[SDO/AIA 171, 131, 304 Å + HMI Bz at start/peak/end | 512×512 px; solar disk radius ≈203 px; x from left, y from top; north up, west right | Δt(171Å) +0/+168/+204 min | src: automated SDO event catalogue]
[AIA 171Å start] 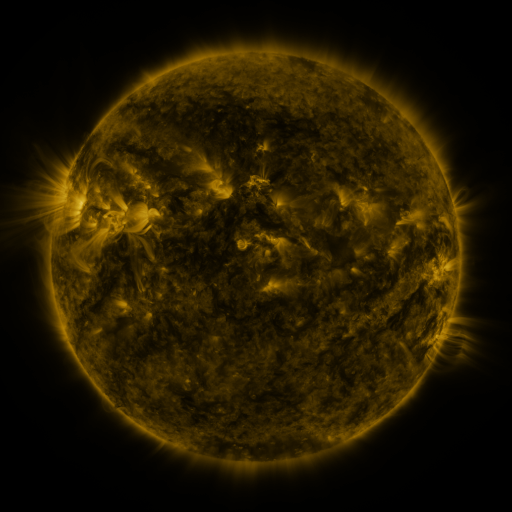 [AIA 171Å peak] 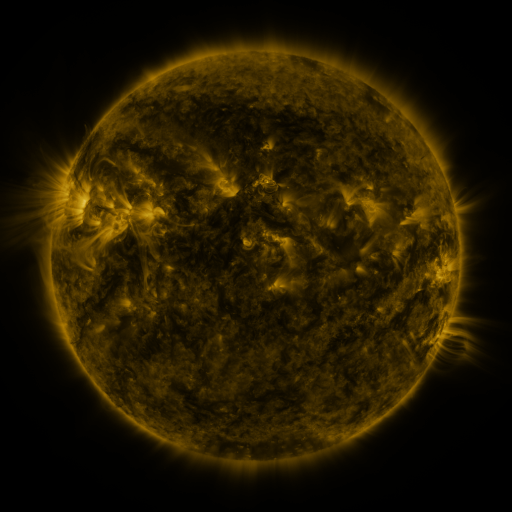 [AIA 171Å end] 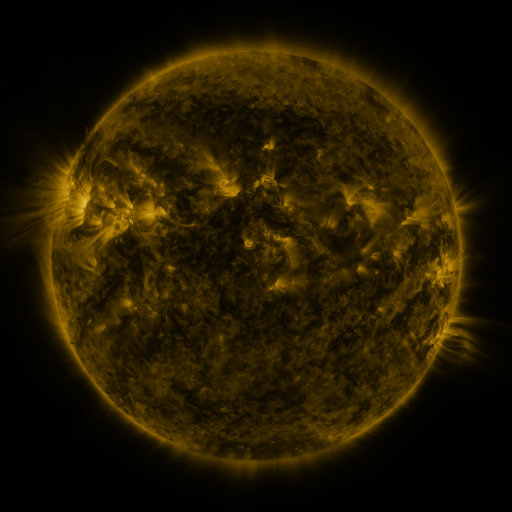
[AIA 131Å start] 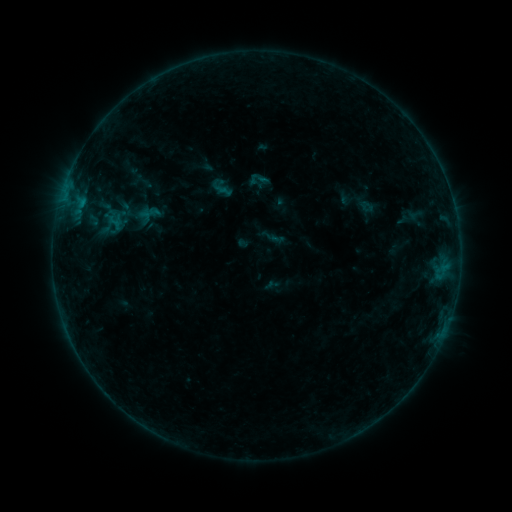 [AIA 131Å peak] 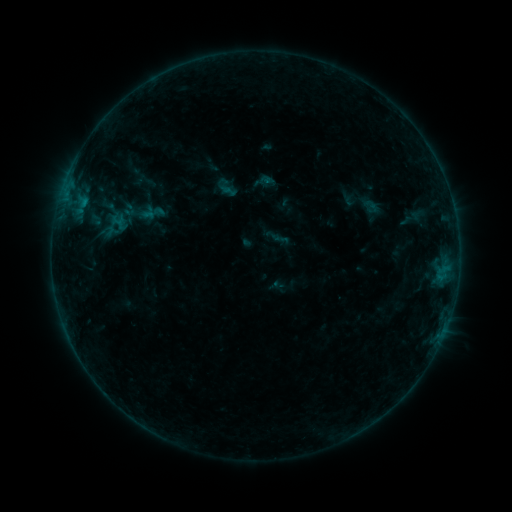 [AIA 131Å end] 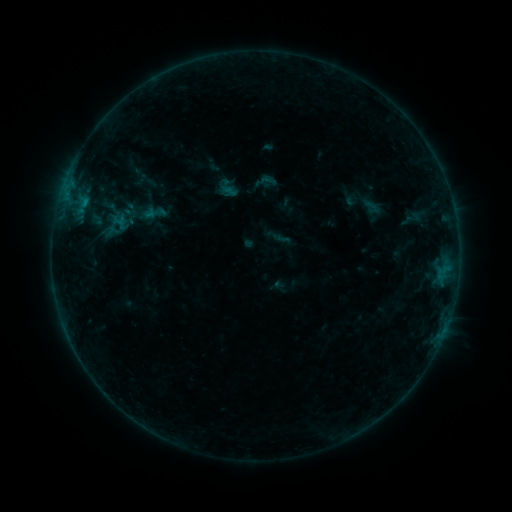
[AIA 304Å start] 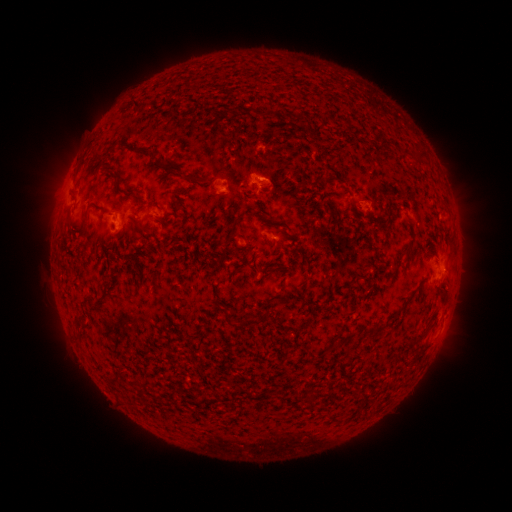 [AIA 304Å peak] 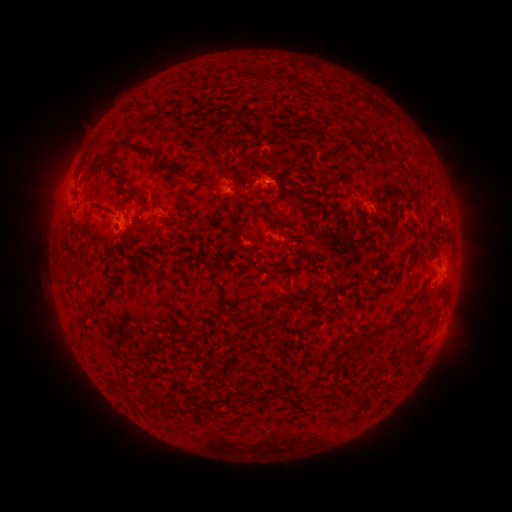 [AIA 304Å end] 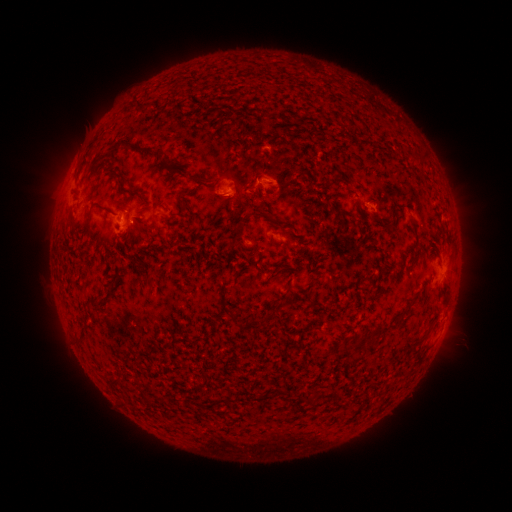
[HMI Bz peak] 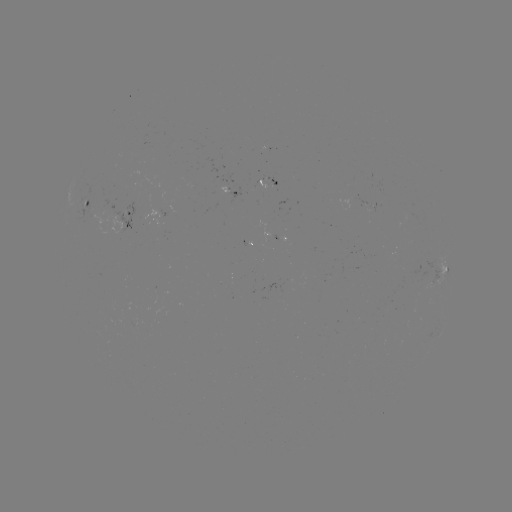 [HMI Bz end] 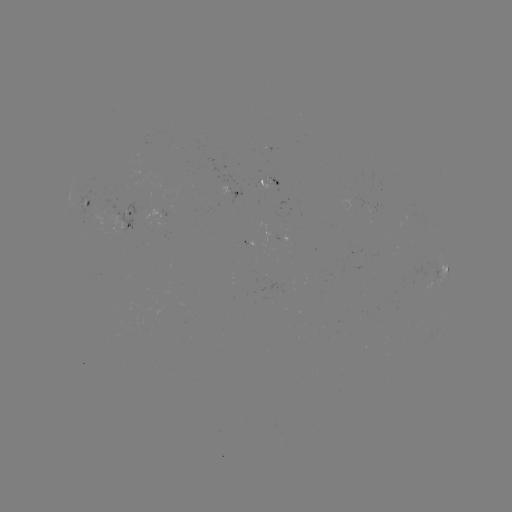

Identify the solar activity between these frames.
emerging-flux region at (270, 181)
